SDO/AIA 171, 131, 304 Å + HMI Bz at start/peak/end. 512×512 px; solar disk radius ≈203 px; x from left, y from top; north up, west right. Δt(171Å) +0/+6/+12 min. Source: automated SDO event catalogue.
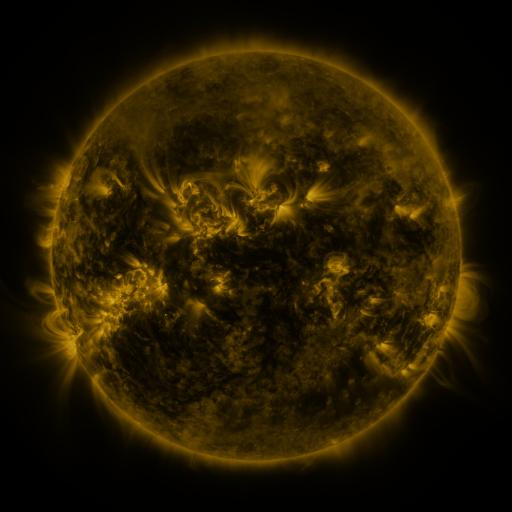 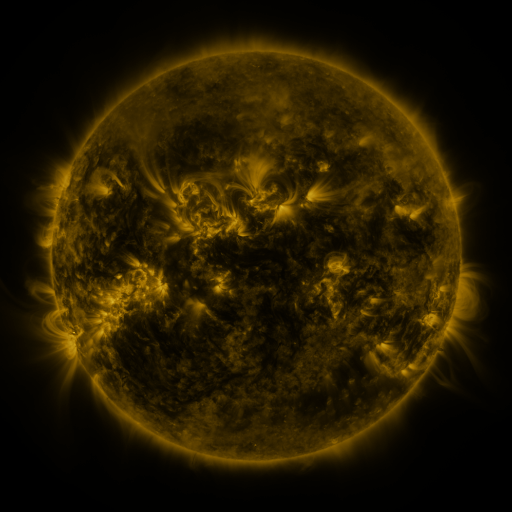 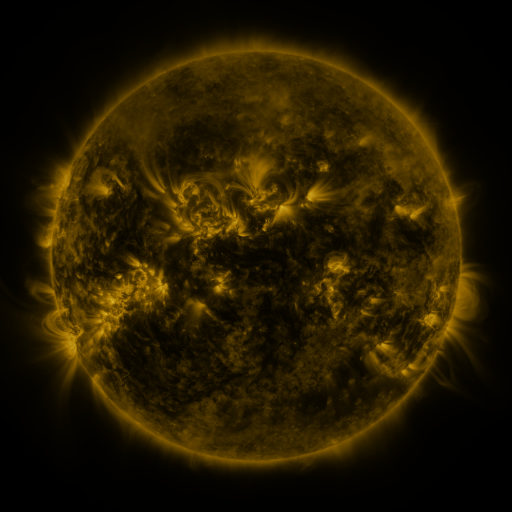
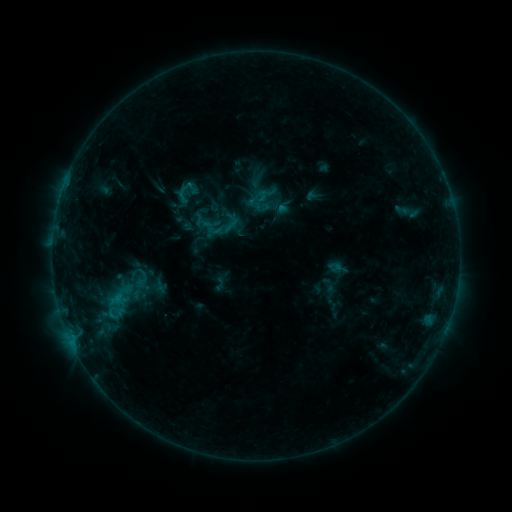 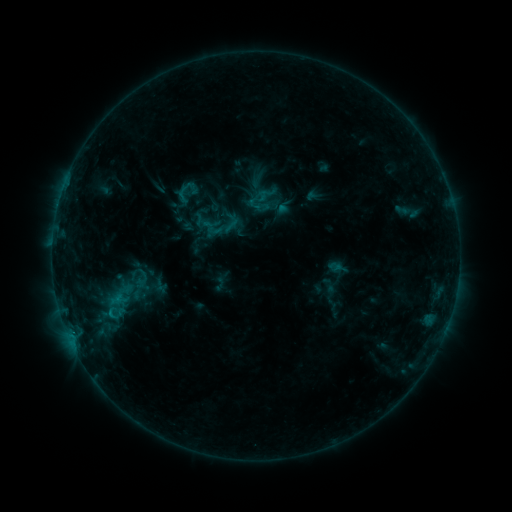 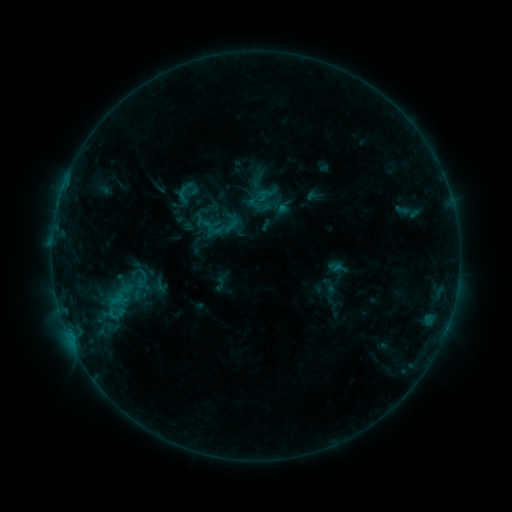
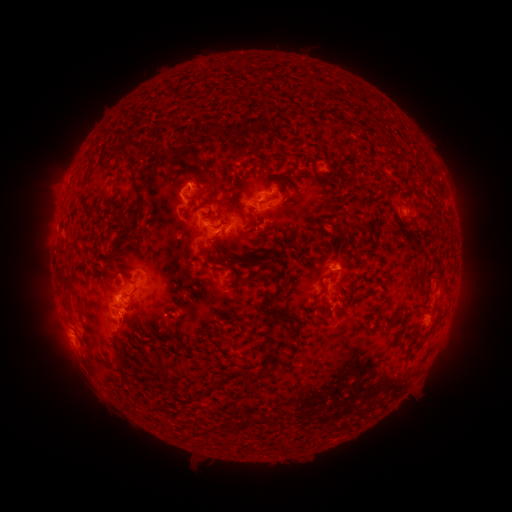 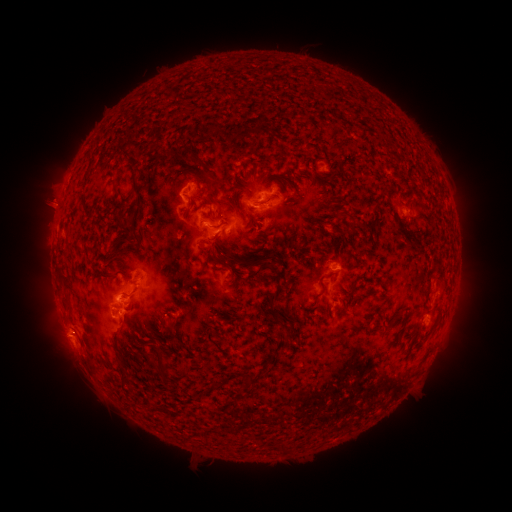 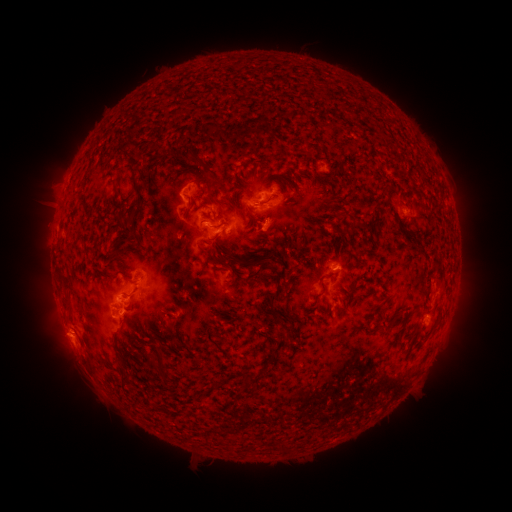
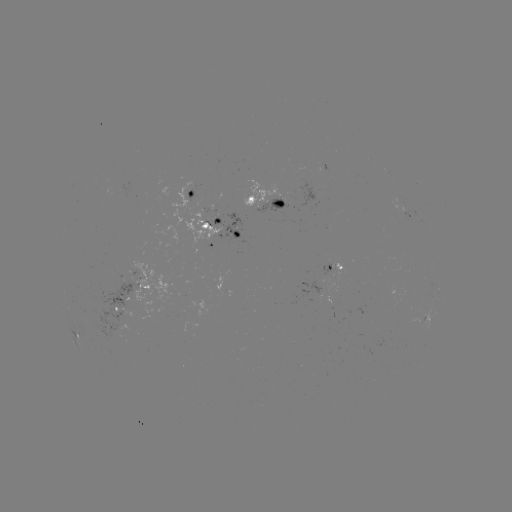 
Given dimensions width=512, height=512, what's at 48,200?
eruption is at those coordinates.